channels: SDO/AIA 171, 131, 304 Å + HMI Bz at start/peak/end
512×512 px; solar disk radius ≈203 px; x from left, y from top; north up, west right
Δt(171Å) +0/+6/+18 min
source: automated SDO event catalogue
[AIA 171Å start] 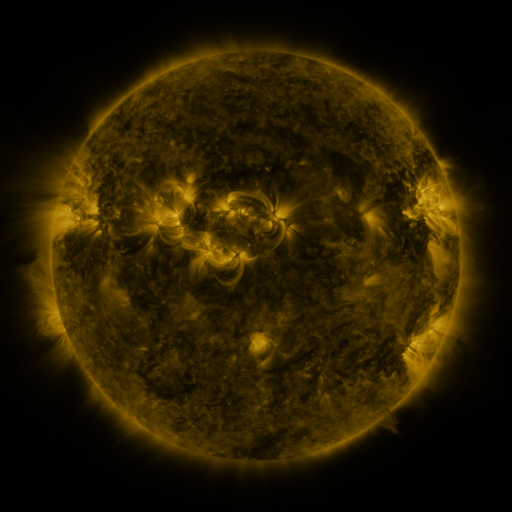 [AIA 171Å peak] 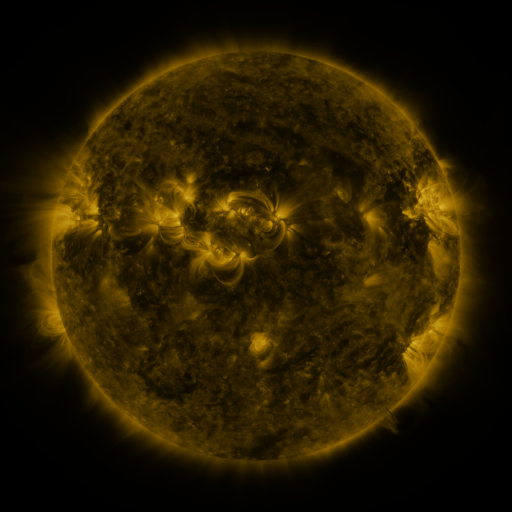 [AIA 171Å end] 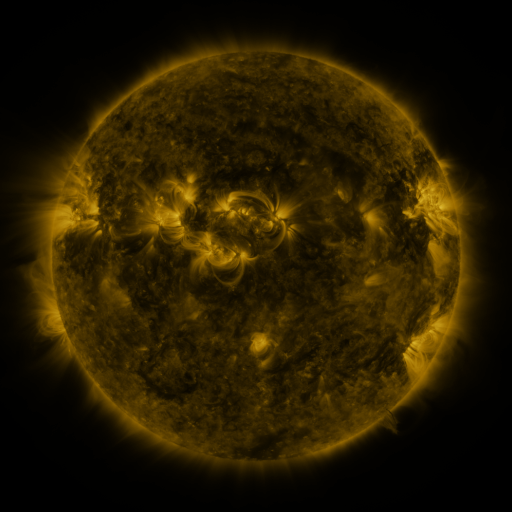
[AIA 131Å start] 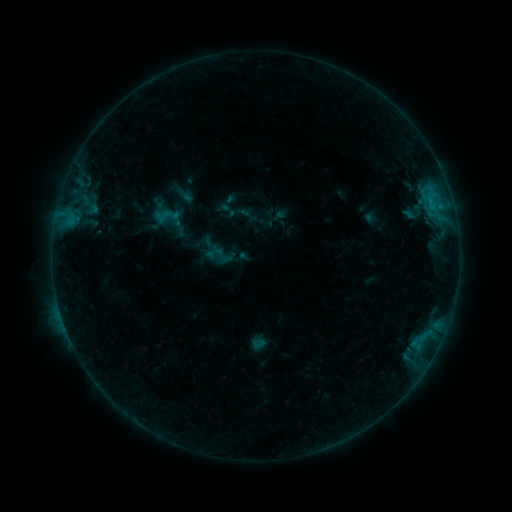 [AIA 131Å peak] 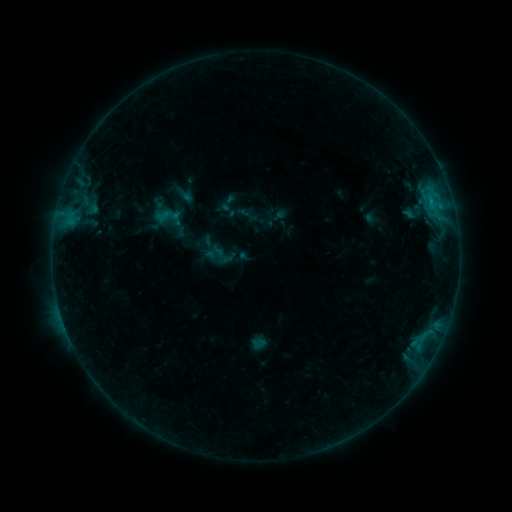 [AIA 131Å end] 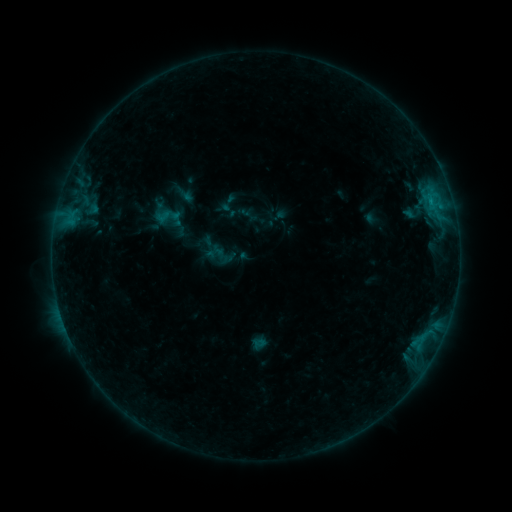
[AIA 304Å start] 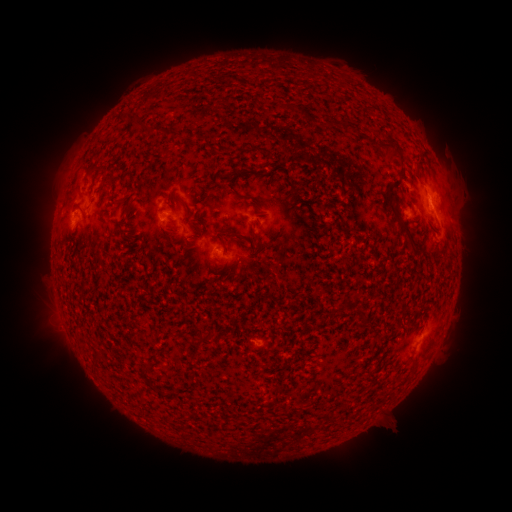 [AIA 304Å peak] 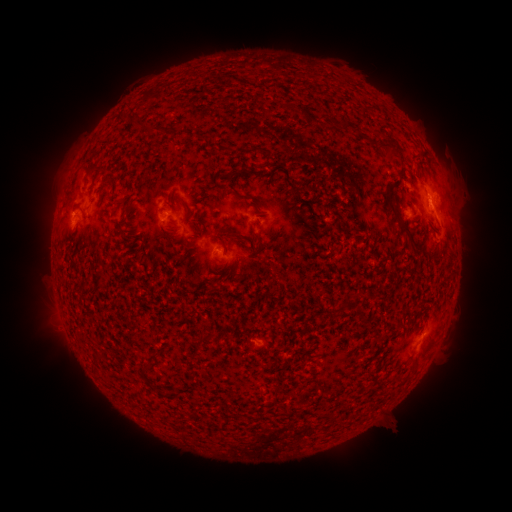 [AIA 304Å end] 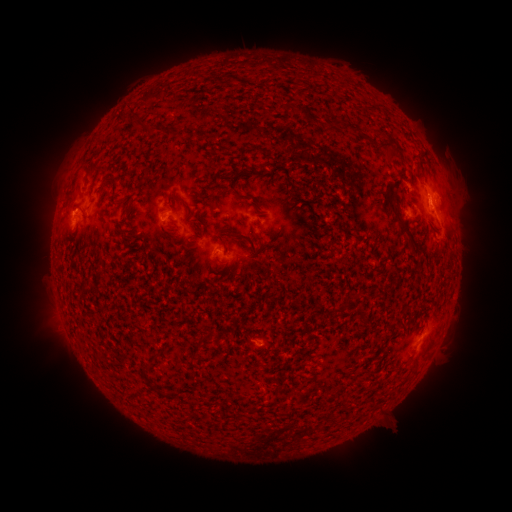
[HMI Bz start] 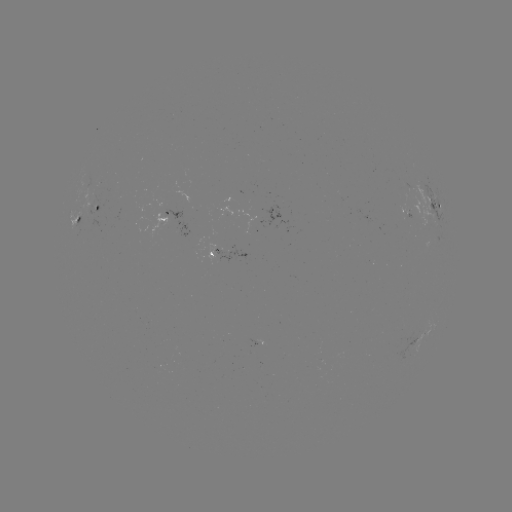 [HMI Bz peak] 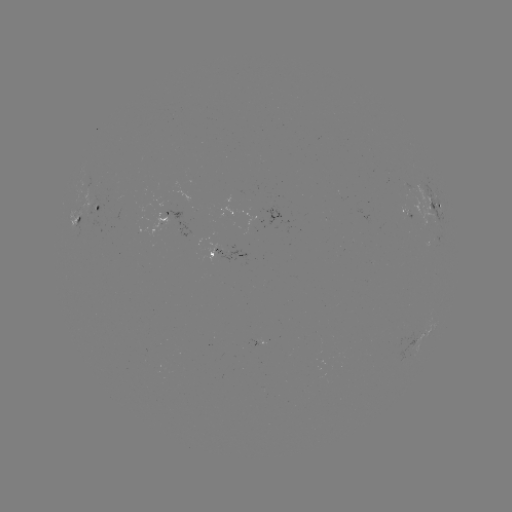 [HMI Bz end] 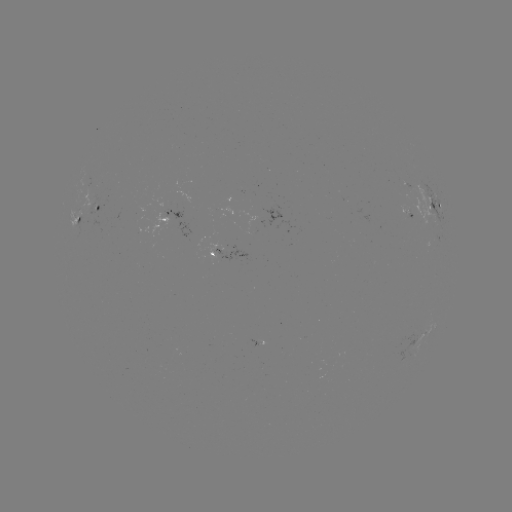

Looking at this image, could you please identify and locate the B4.2 flare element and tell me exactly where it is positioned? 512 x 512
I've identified B4.2 flare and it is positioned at [430, 204].